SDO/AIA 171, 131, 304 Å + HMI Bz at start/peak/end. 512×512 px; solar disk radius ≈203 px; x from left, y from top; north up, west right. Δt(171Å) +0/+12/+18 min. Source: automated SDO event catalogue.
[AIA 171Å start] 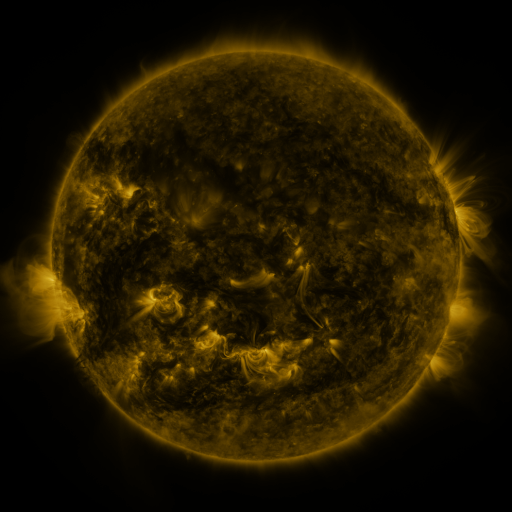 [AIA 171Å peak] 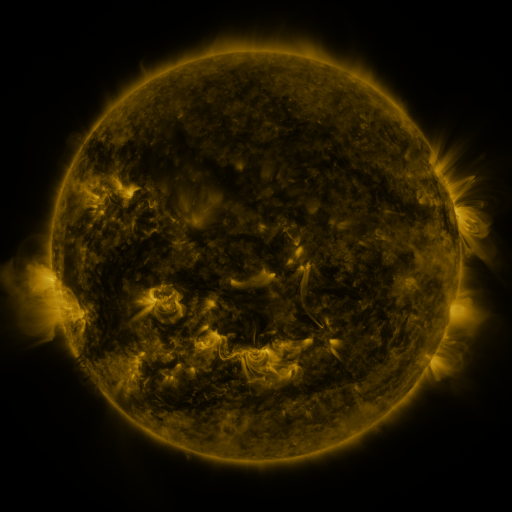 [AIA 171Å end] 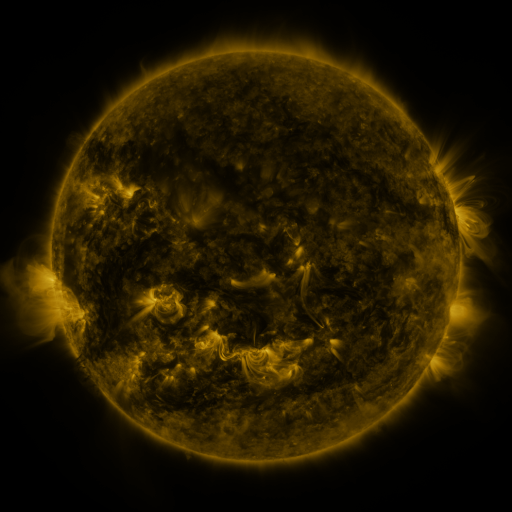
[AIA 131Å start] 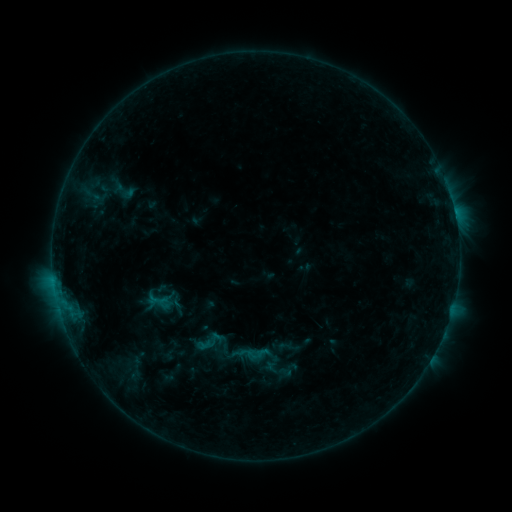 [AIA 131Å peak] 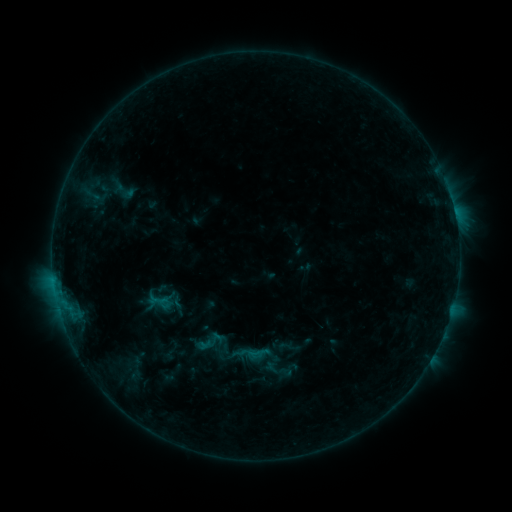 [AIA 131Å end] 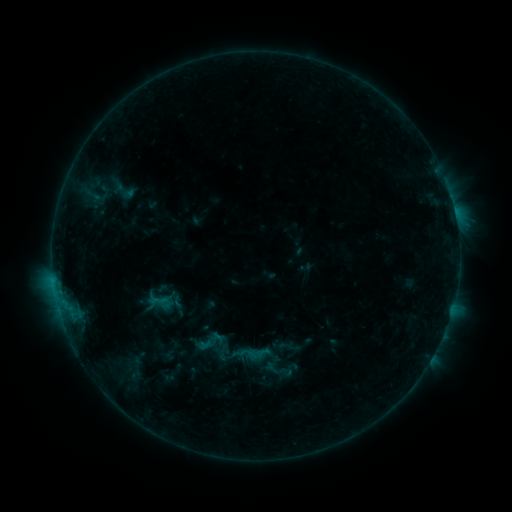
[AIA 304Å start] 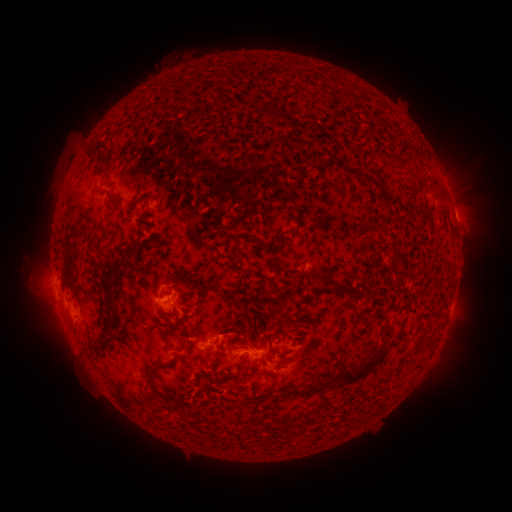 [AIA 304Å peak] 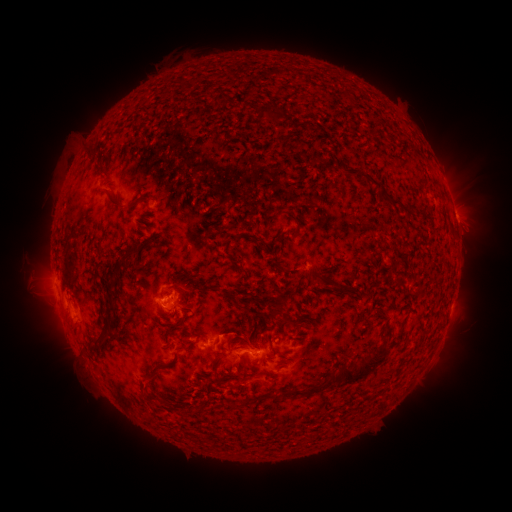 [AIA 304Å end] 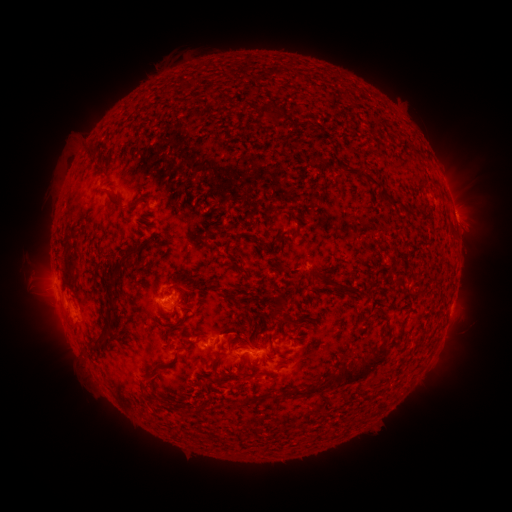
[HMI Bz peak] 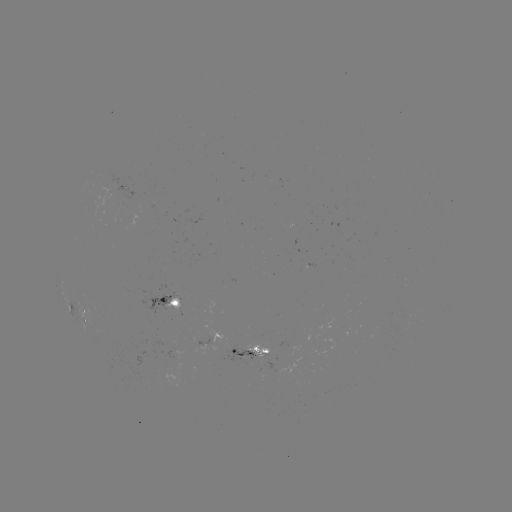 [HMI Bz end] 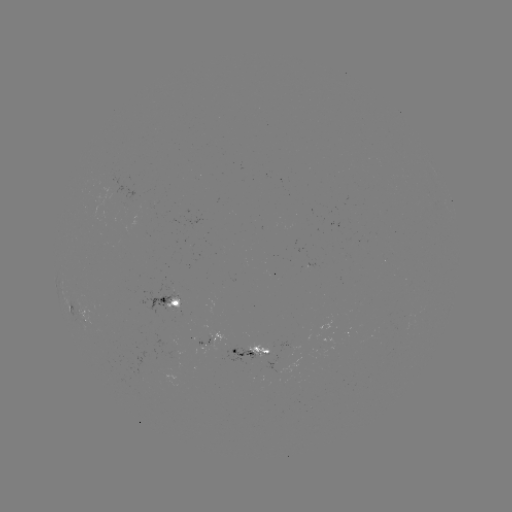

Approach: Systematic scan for eruption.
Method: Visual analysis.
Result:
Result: eruption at [251, 387].